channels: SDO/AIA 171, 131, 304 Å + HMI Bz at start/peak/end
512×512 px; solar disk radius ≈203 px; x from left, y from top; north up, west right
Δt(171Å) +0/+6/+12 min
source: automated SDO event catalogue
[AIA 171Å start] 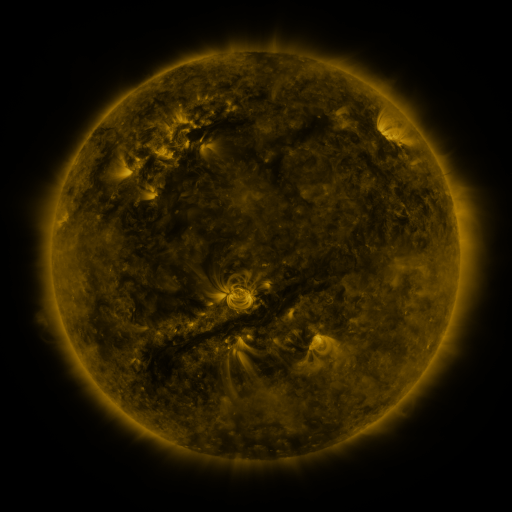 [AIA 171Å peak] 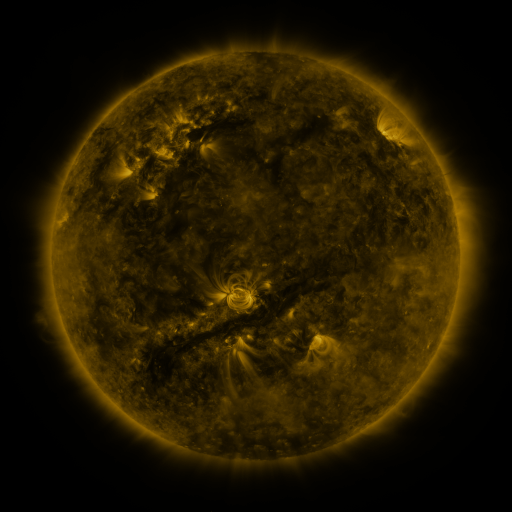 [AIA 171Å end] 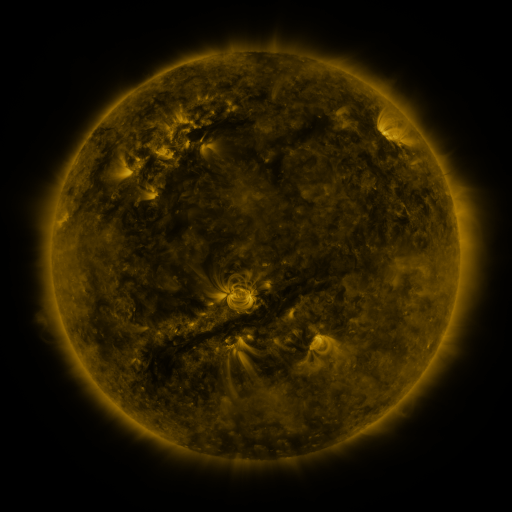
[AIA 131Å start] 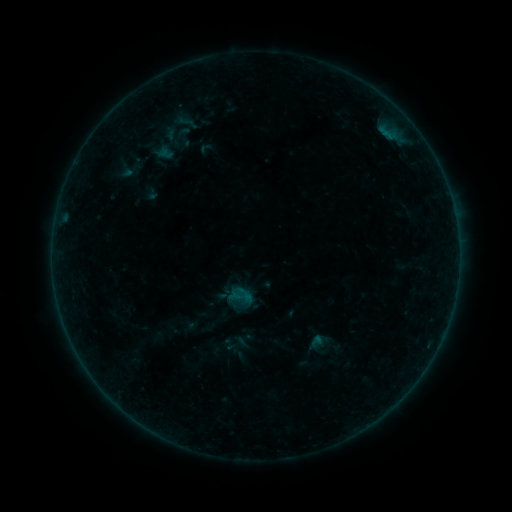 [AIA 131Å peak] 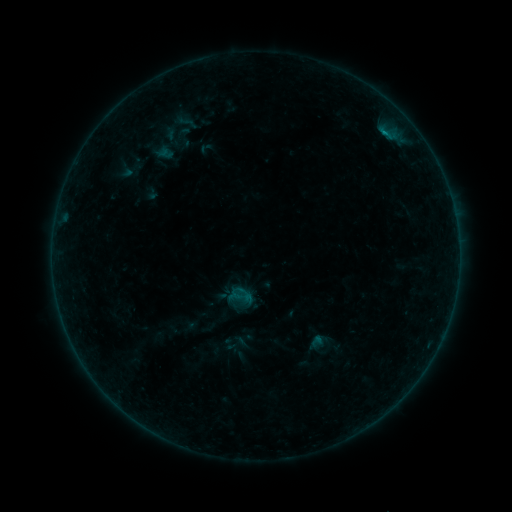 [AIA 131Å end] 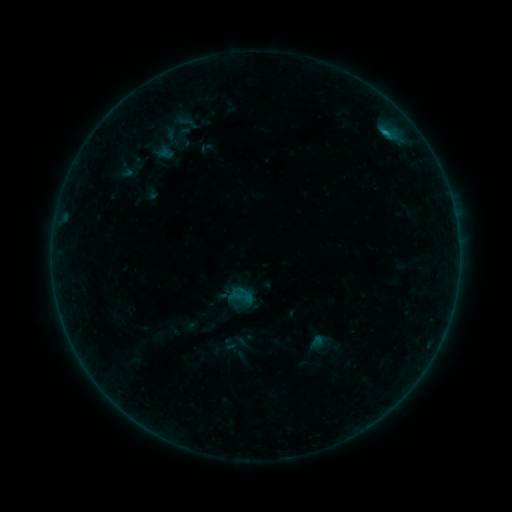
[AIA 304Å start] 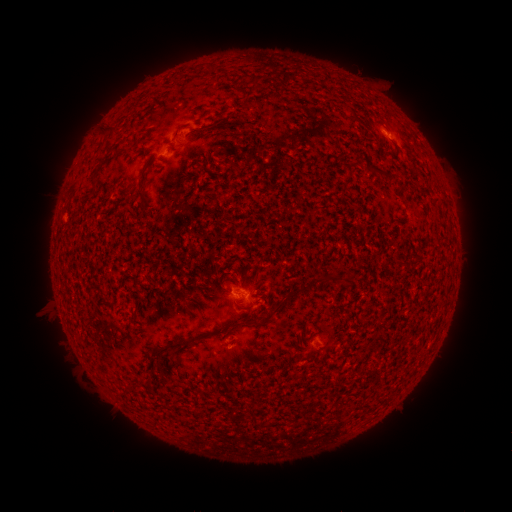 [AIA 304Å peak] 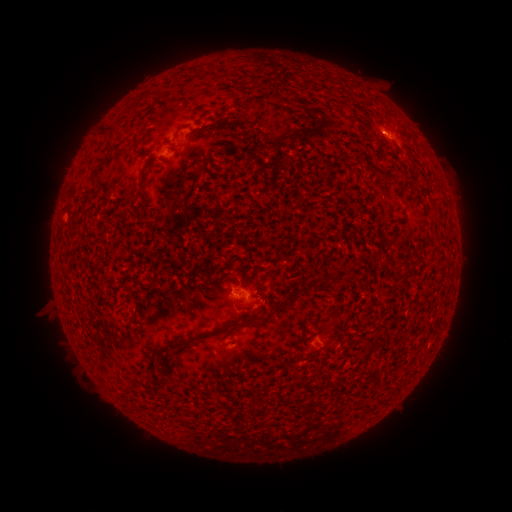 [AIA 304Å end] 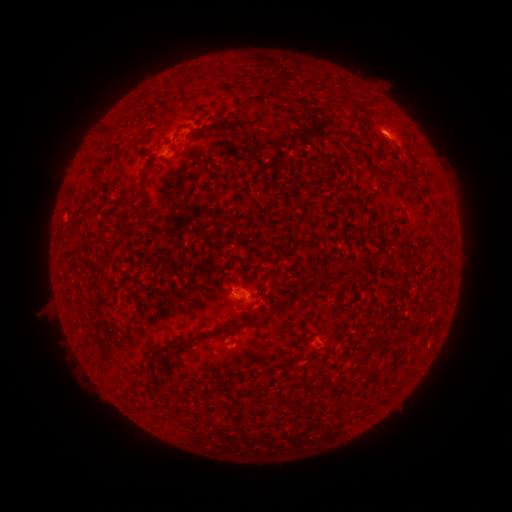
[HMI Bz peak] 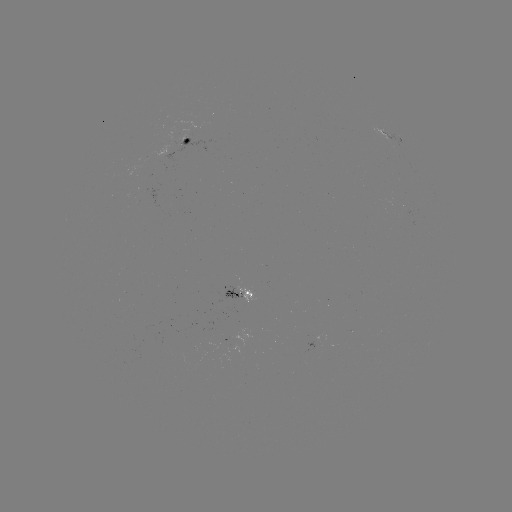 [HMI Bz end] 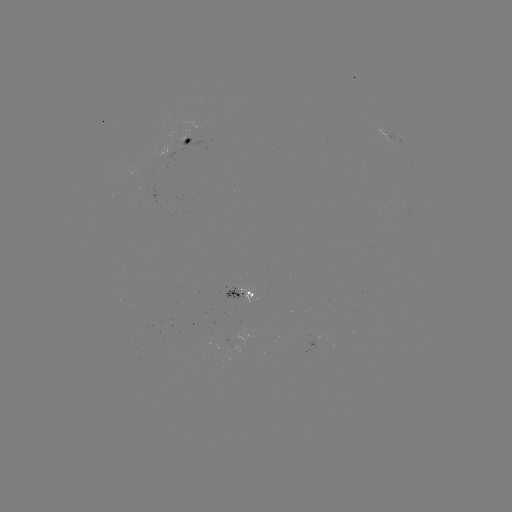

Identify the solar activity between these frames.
eruption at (390, 130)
